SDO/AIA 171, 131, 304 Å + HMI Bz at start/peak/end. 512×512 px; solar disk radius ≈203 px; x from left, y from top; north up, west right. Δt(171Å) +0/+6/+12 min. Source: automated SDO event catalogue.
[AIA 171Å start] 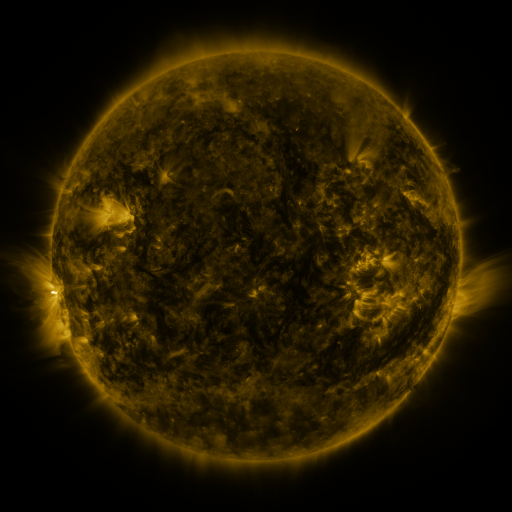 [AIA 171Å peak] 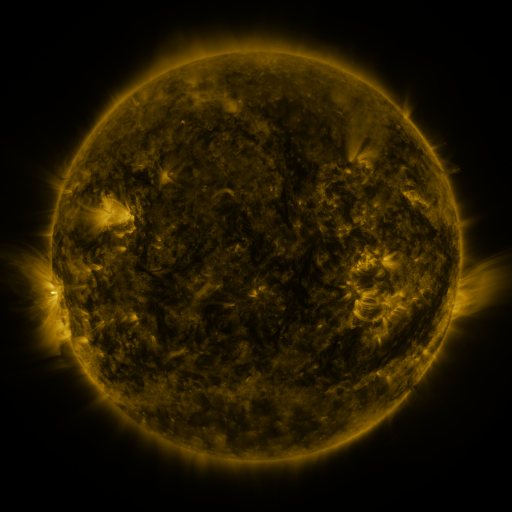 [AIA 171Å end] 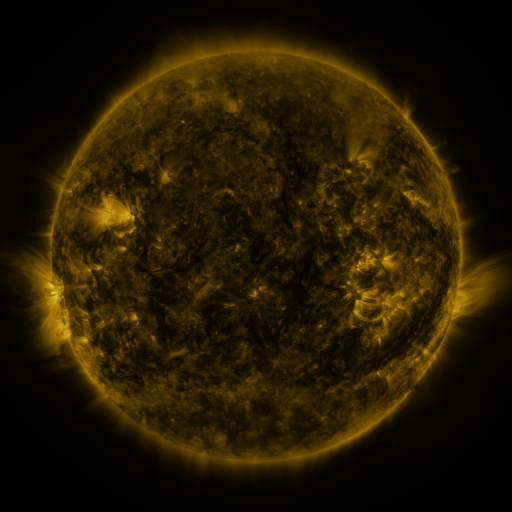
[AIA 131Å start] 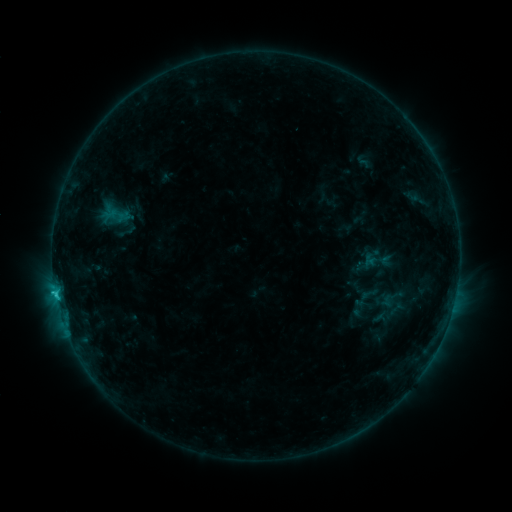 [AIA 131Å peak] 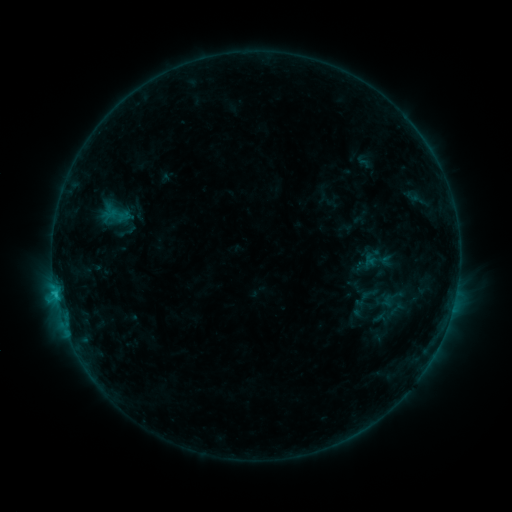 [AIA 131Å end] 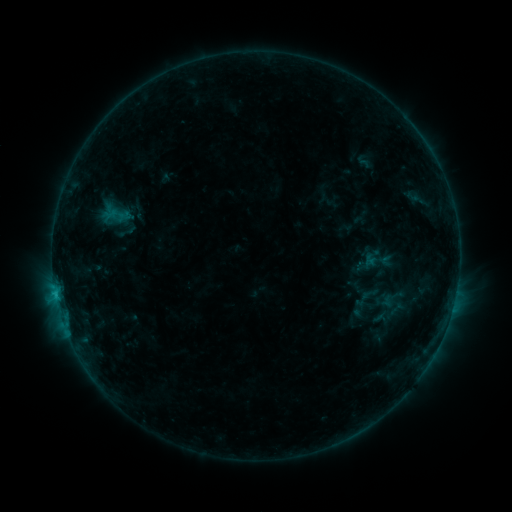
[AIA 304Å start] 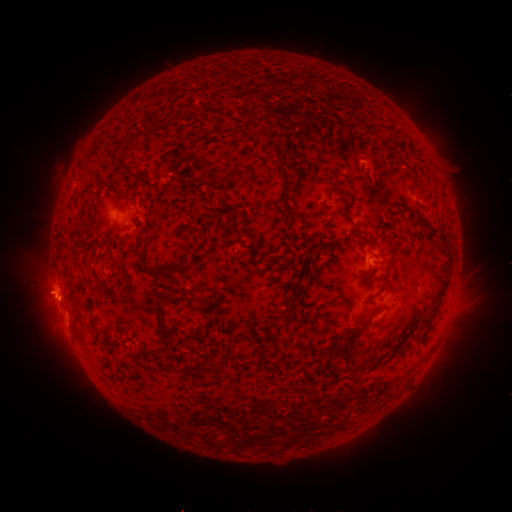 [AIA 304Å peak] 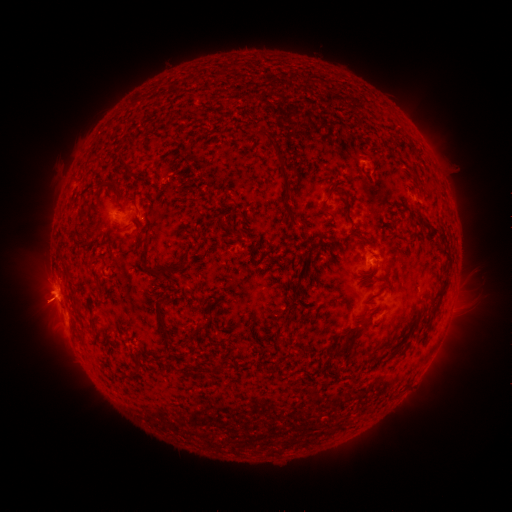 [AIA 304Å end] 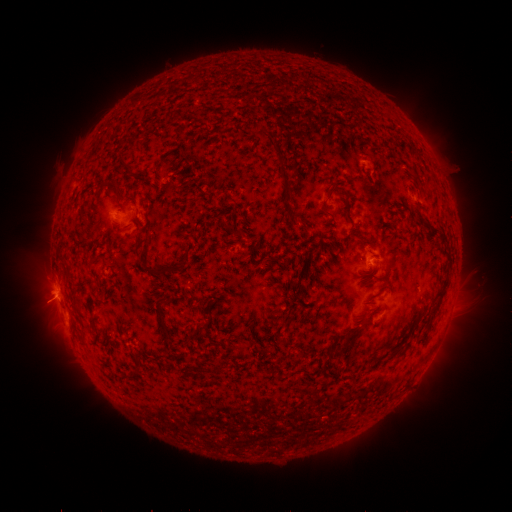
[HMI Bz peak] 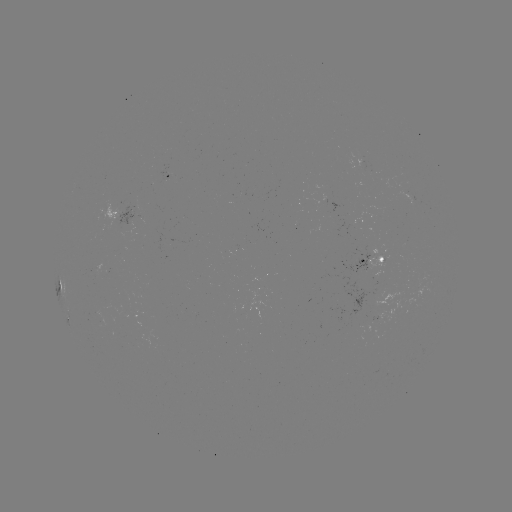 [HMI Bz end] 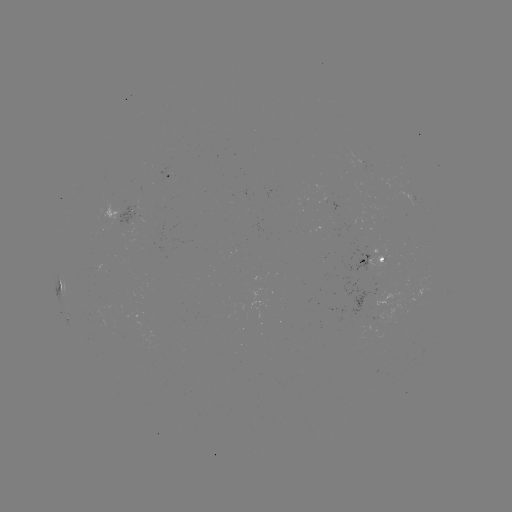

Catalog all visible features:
eruption: (41, 305)
